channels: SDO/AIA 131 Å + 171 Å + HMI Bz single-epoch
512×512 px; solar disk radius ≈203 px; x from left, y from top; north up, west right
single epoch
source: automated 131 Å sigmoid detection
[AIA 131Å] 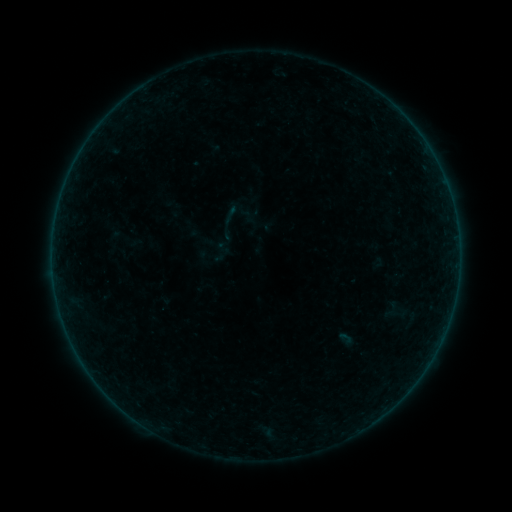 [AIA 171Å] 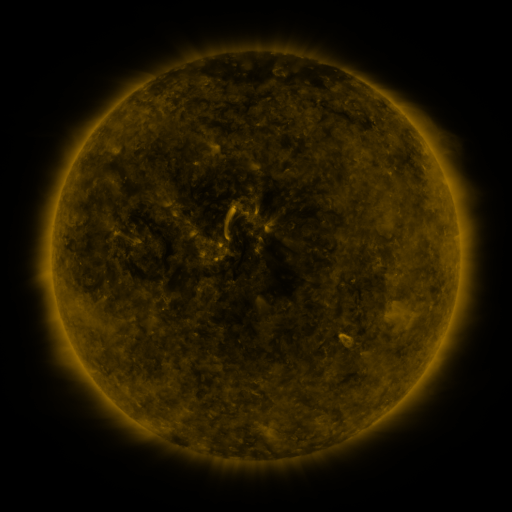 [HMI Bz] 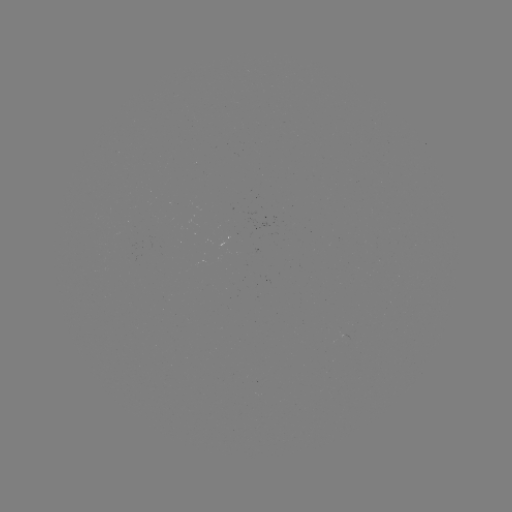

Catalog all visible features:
sigmoid: (223, 248)
